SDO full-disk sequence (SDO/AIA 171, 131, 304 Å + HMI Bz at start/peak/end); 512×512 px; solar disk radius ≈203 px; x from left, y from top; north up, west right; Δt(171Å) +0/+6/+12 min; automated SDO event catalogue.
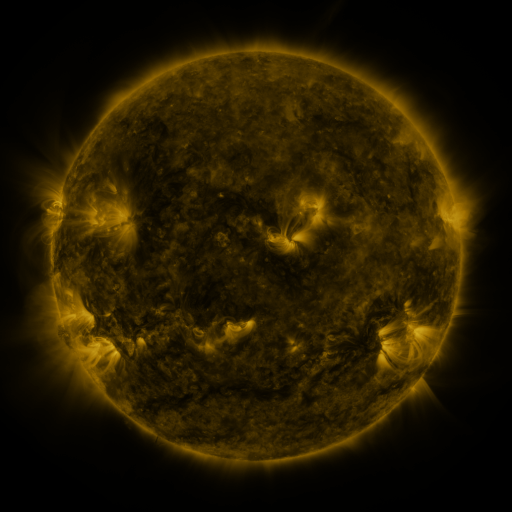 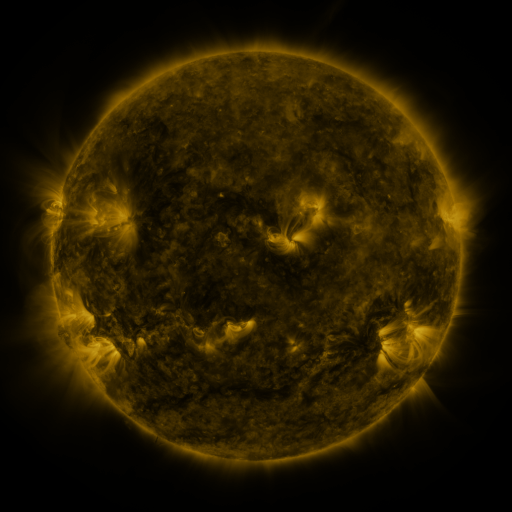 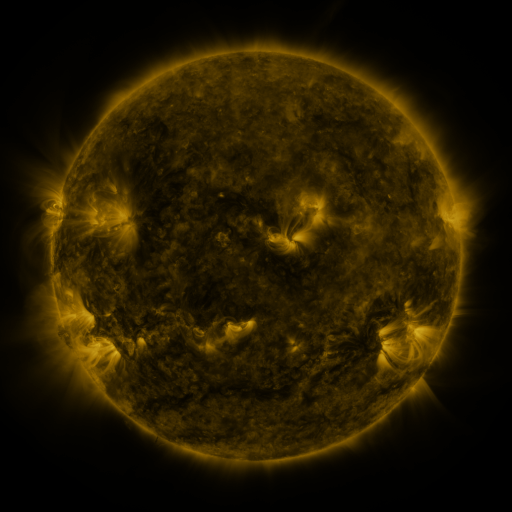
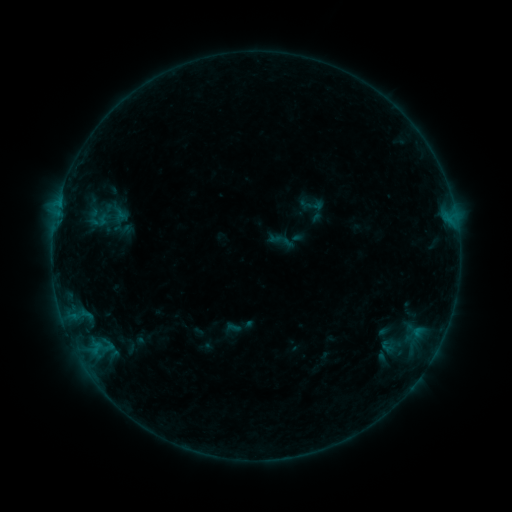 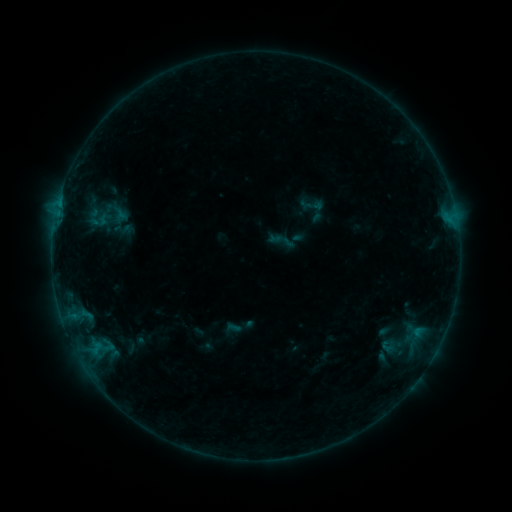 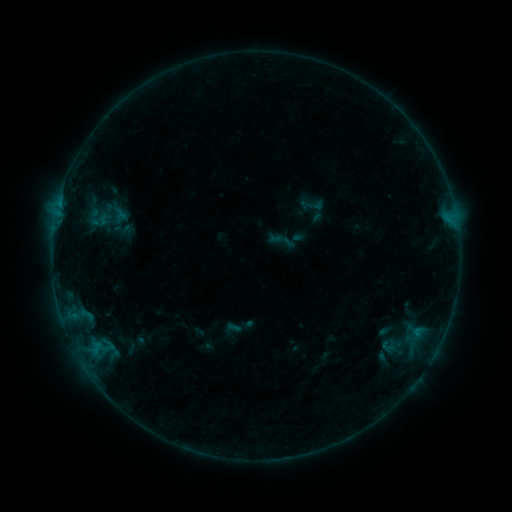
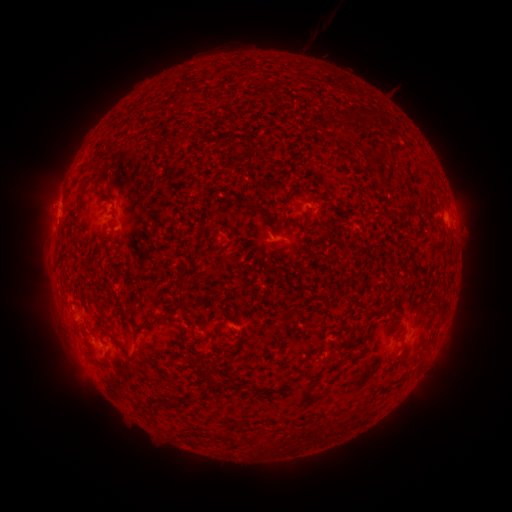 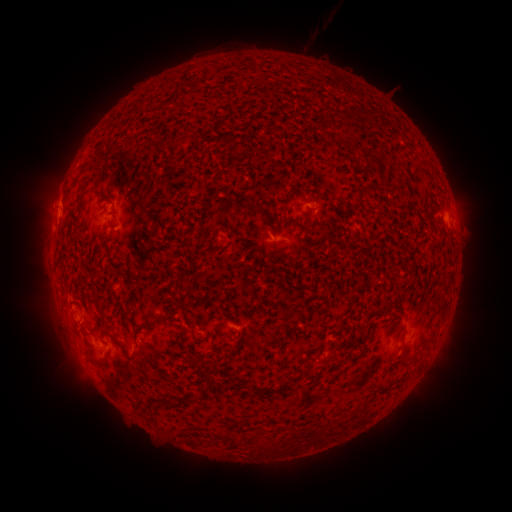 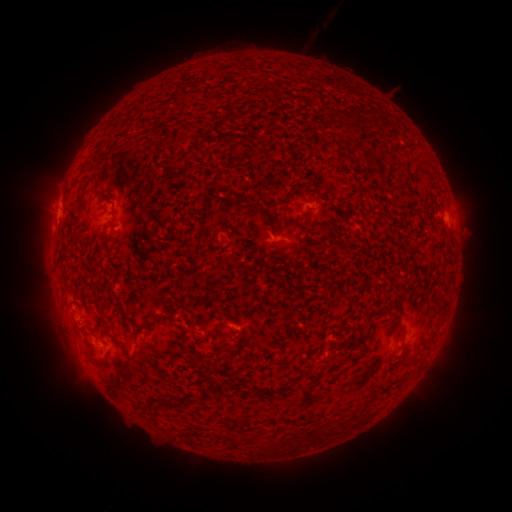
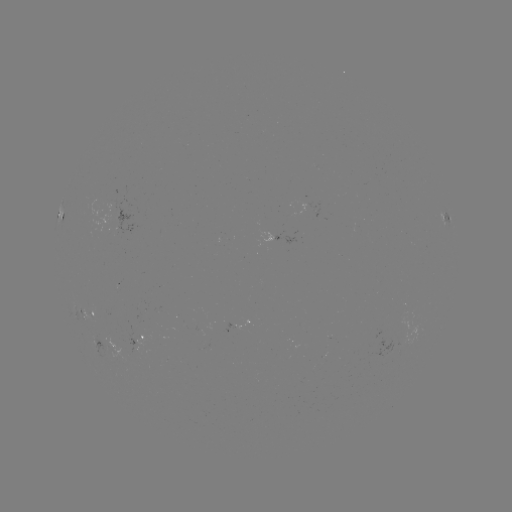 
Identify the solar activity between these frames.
nothing was catalogued: no classed flare, no EUV trigger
